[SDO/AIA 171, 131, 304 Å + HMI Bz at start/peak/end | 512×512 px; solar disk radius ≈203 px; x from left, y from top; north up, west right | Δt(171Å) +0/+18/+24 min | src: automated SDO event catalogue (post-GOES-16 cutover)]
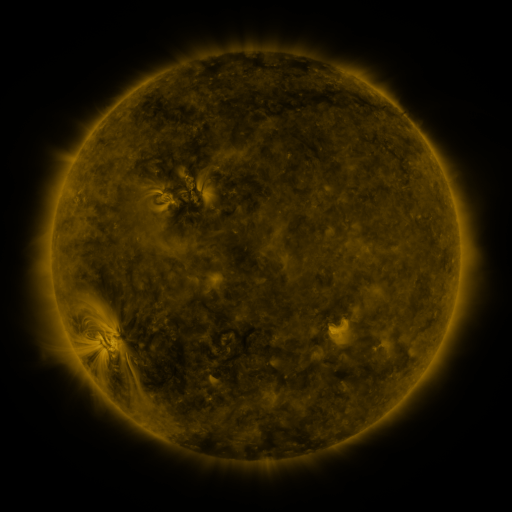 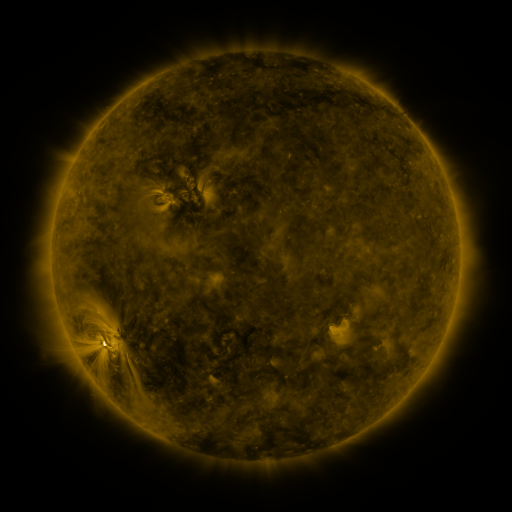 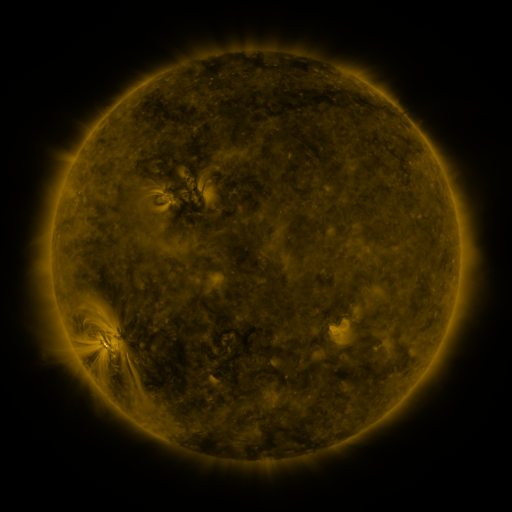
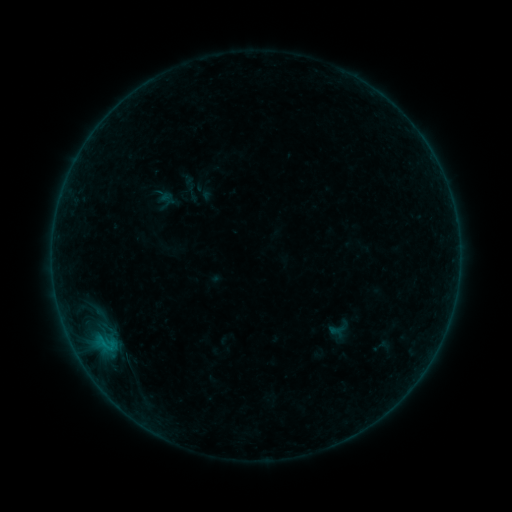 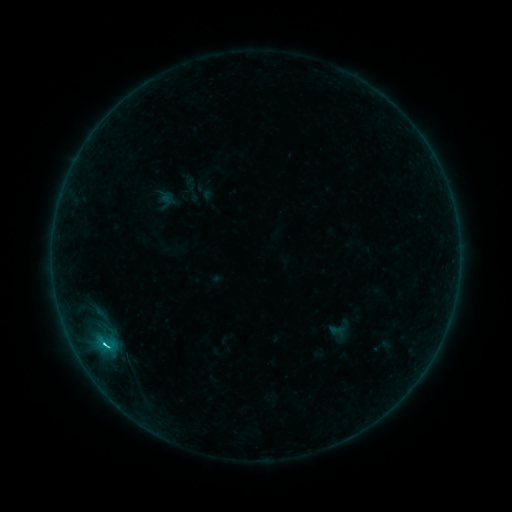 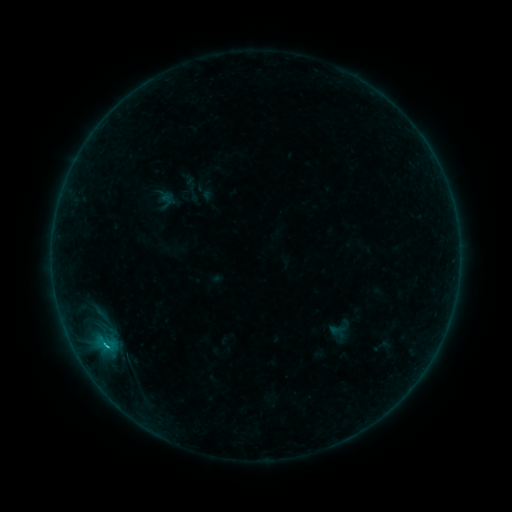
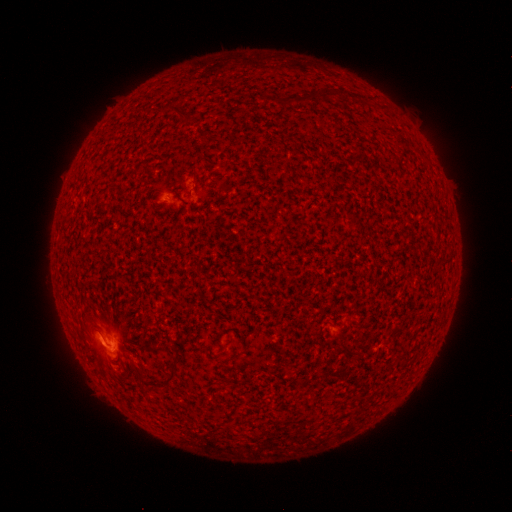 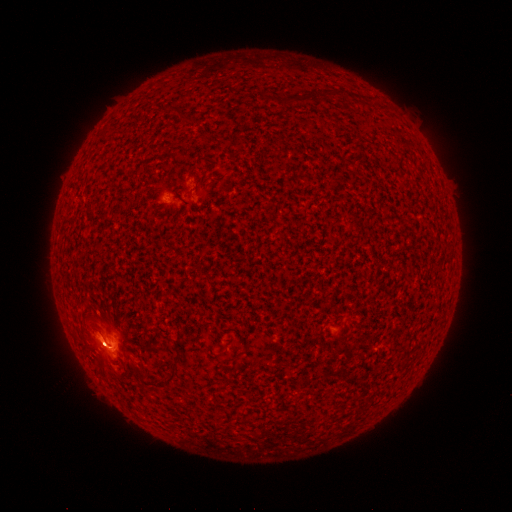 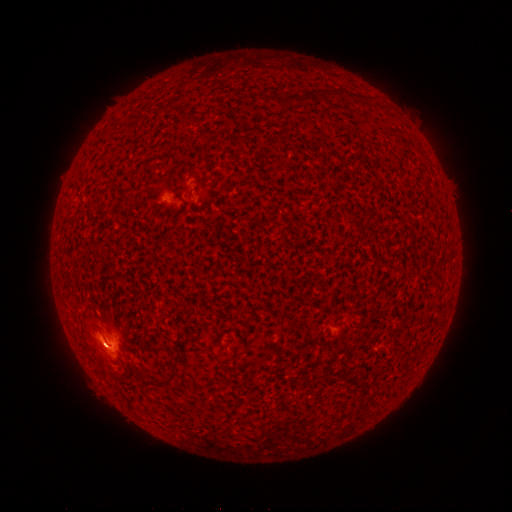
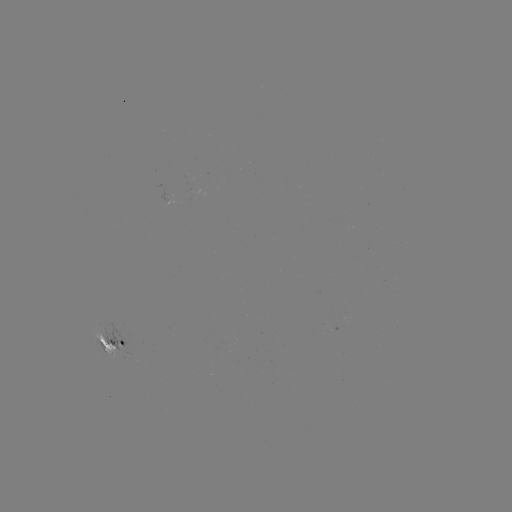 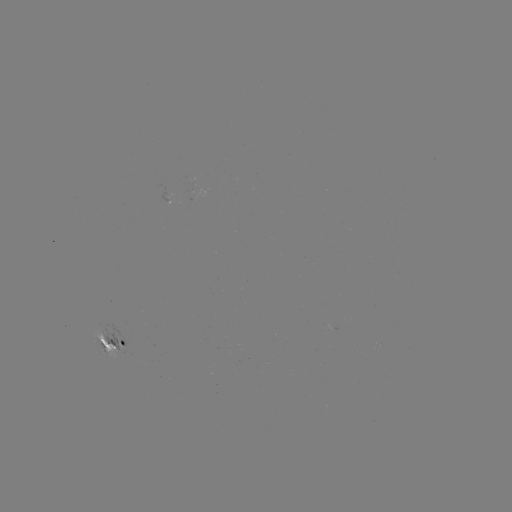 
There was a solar flare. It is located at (106, 343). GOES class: C2.3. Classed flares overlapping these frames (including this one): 1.